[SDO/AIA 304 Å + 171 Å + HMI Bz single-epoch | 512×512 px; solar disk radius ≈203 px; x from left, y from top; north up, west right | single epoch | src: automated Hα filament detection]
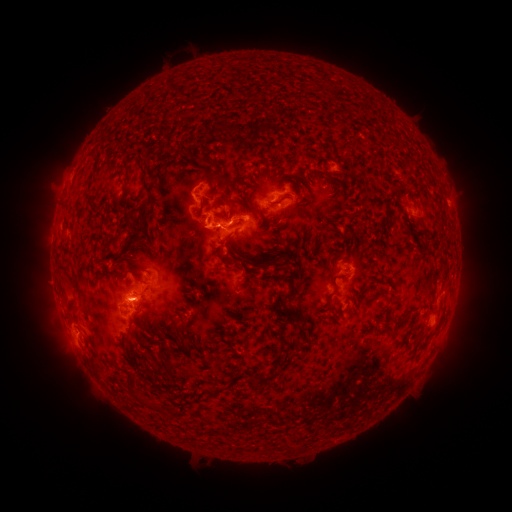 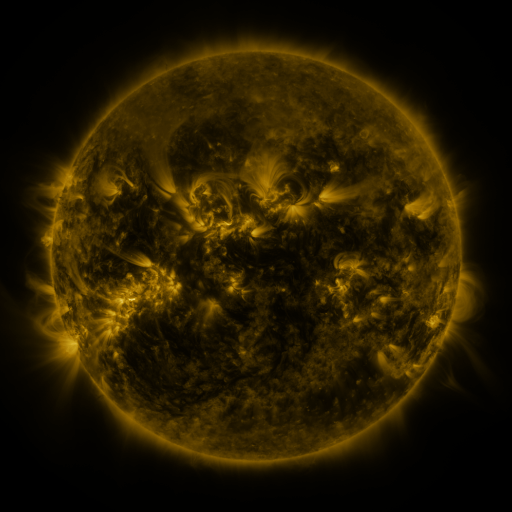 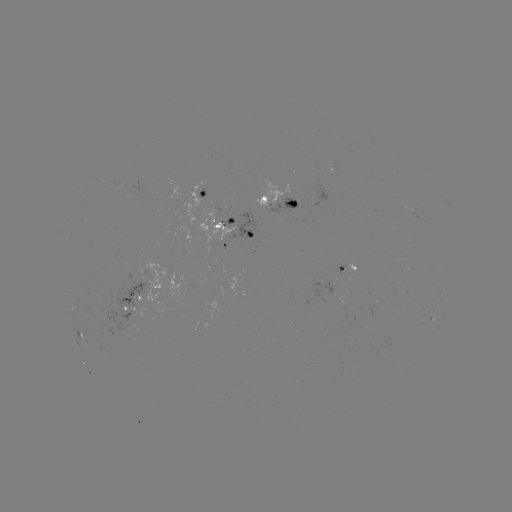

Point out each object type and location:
filament: (221, 127)
filament: (257, 140)
filament: (169, 149)
filament: (197, 157)
filament: (190, 158)
filament: (143, 176)
filament: (210, 179)
filament: (394, 188)
filament: (305, 200)
filament: (386, 200)
filament: (89, 205)
filament: (252, 210)
filament: (224, 219)
filament: (438, 219)
filament: (129, 221)
filament: (149, 237)
filament: (228, 237)
filament: (134, 243)
filament: (129, 255)
filament: (251, 260)
filament: (233, 261)
filament: (139, 279)
filament: (69, 280)
filament: (336, 285)
filament: (293, 288)
filament: (190, 298)
filament: (71, 311)
filament: (306, 315)
filament: (140, 324)
filament: (164, 329)
filament: (181, 329)
filament: (220, 330)
filament: (231, 334)
filament: (180, 340)
filament: (206, 340)
filament: (233, 345)
filament: (171, 364)
filament: (131, 383)
filament: (258, 384)
filament: (176, 393)
filament: (149, 404)
filament: (289, 446)
